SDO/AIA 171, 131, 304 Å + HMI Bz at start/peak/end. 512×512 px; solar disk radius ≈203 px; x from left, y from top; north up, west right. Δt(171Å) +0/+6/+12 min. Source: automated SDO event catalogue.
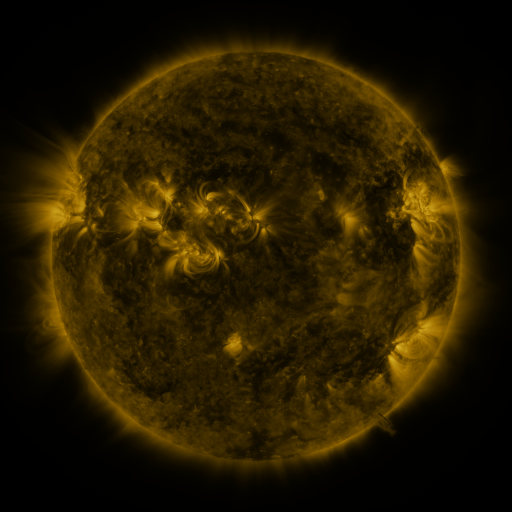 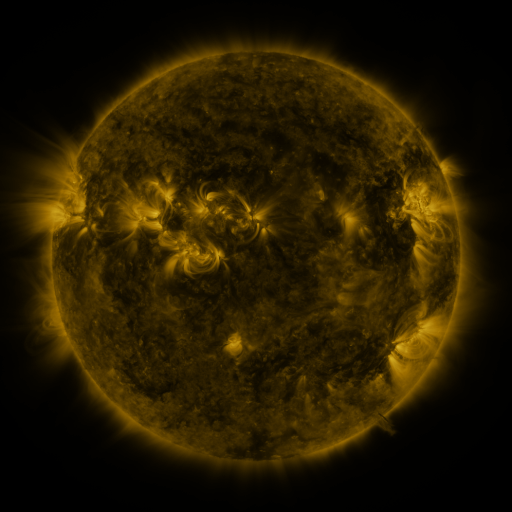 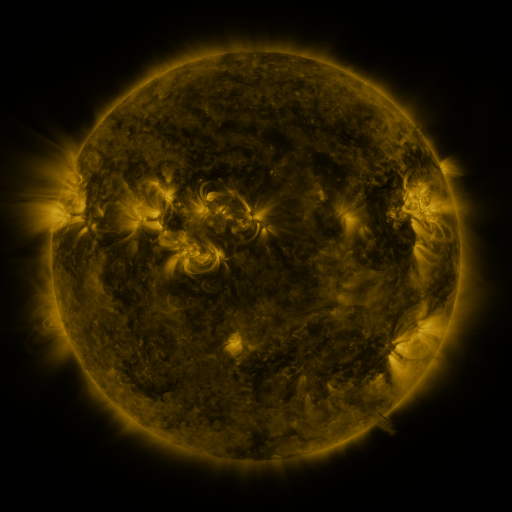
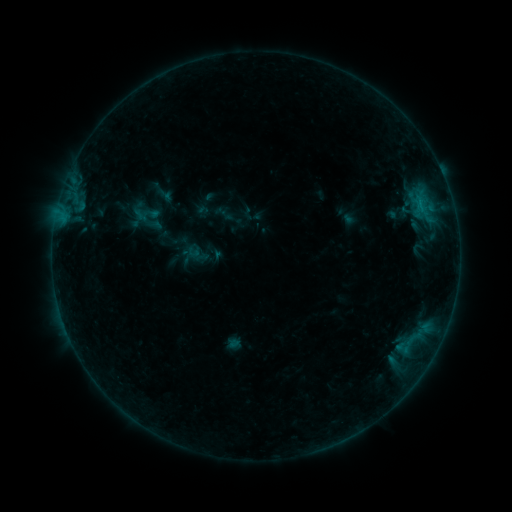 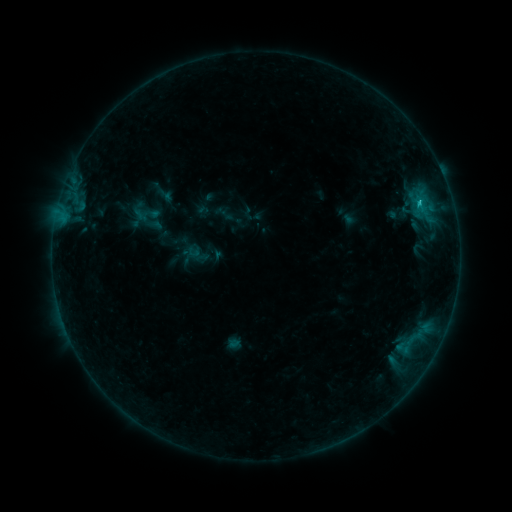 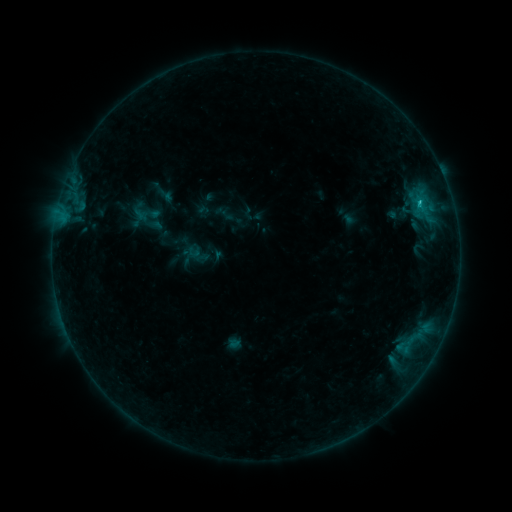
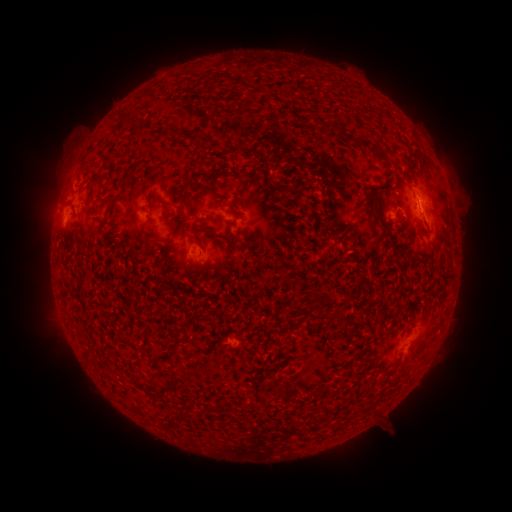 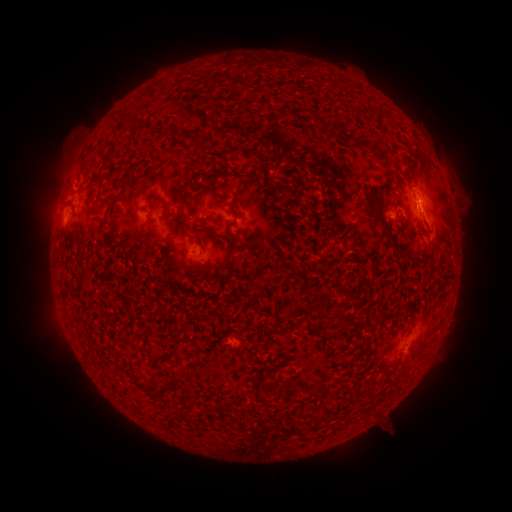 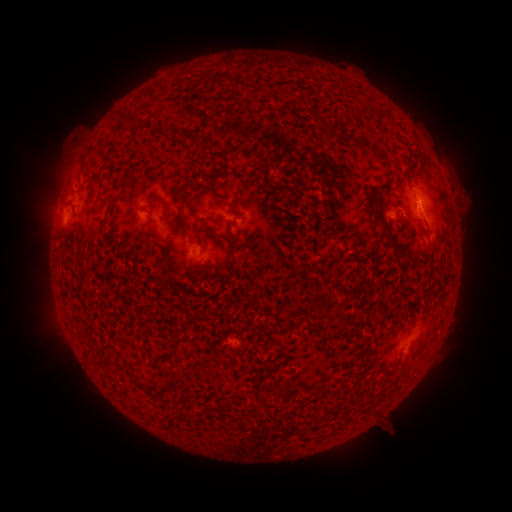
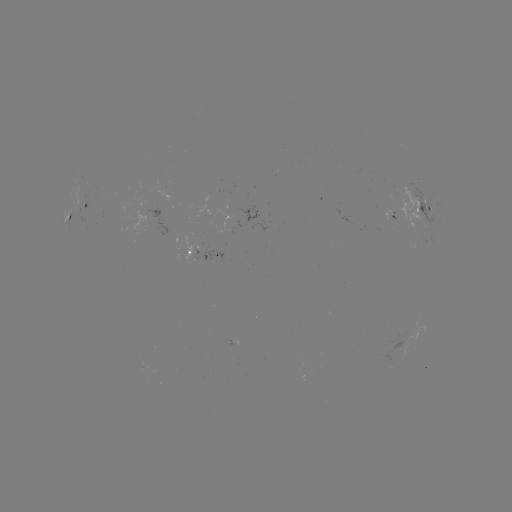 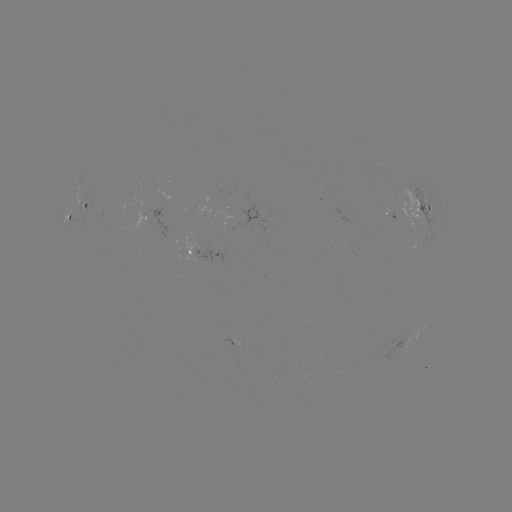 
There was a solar flare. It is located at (420, 206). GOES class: B6.5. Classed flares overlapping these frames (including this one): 1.